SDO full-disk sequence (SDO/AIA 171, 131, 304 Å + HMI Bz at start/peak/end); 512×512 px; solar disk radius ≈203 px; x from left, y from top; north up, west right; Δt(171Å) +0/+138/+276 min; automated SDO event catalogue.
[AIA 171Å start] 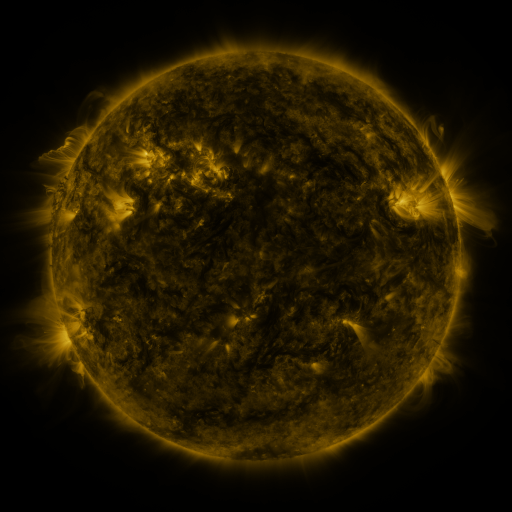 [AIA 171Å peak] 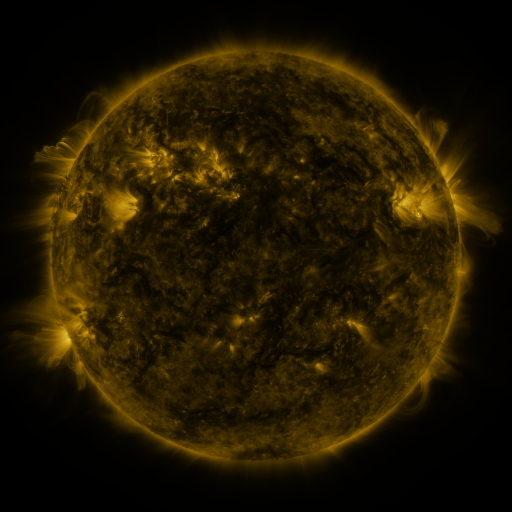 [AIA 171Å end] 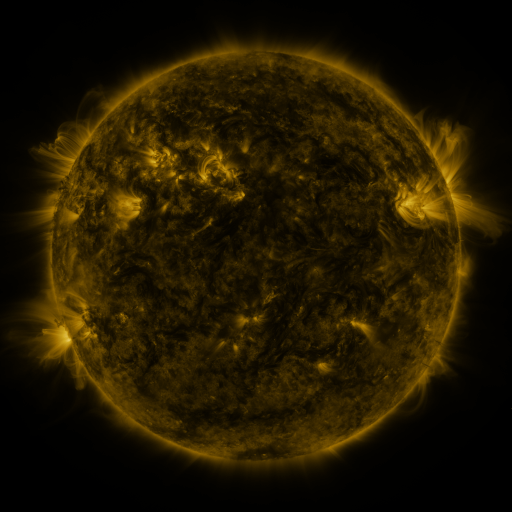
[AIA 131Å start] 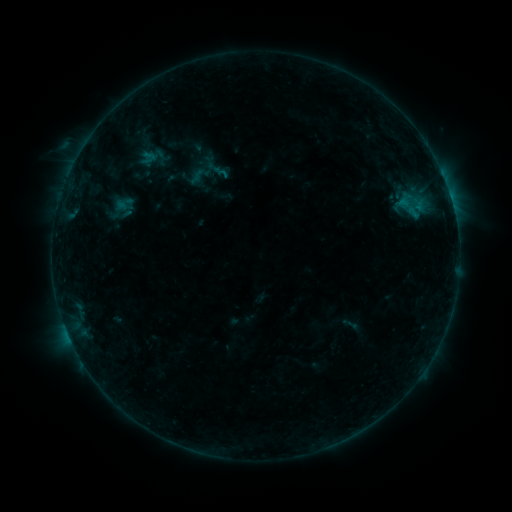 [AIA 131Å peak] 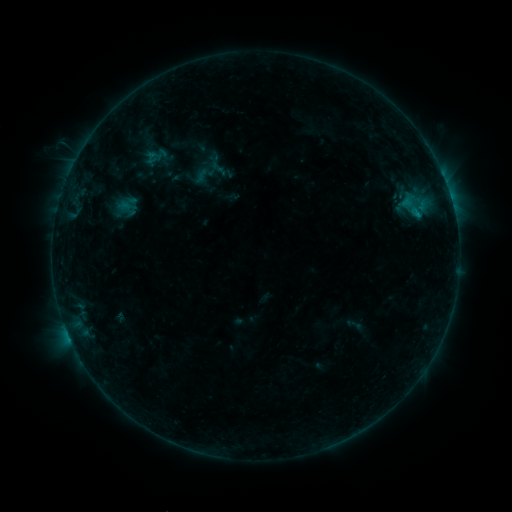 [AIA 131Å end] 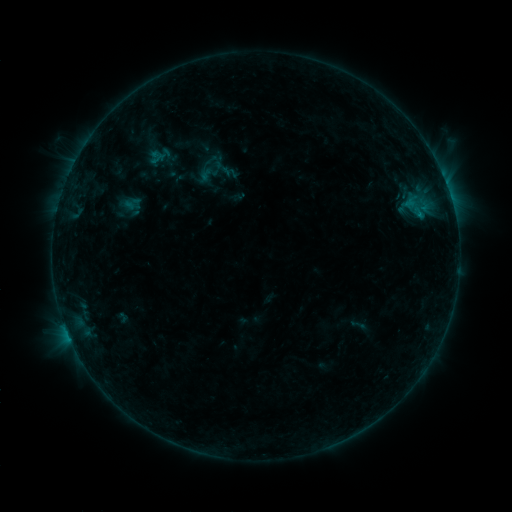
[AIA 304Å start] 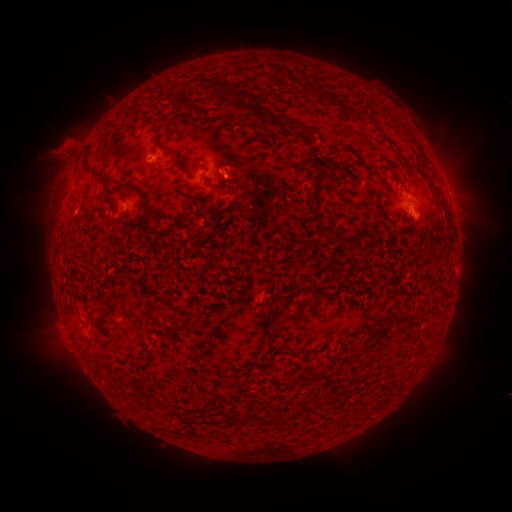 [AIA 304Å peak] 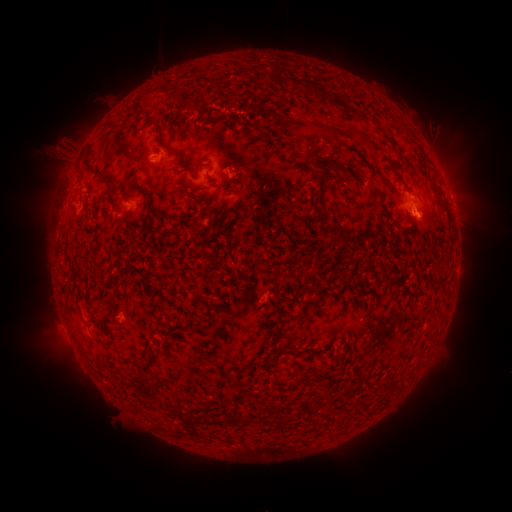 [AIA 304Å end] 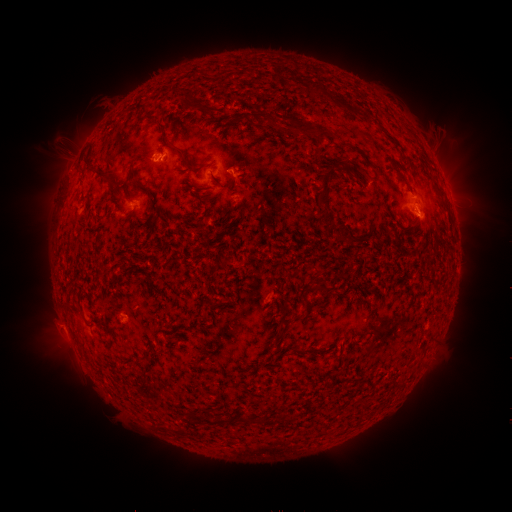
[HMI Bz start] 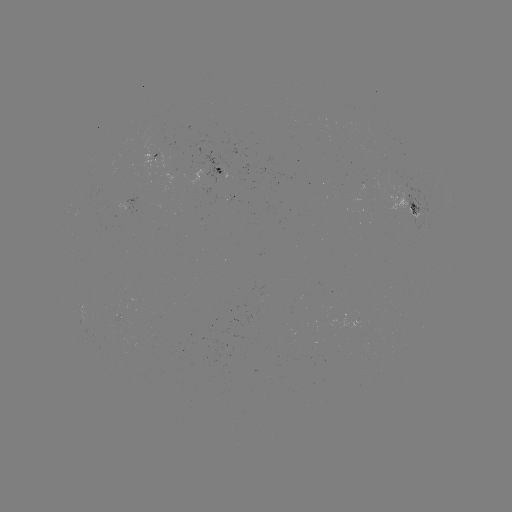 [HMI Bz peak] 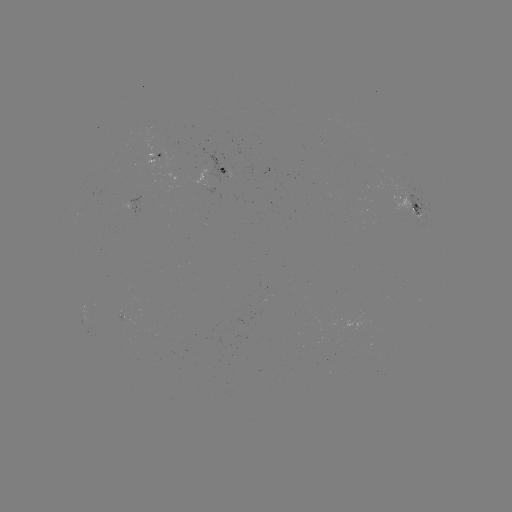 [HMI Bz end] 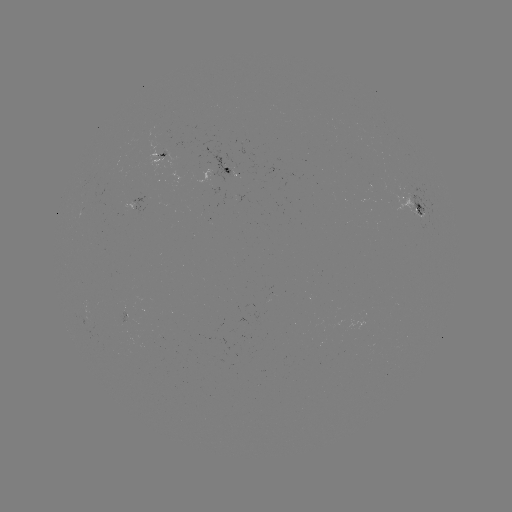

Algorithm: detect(filament eruption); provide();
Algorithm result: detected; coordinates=[236, 74]